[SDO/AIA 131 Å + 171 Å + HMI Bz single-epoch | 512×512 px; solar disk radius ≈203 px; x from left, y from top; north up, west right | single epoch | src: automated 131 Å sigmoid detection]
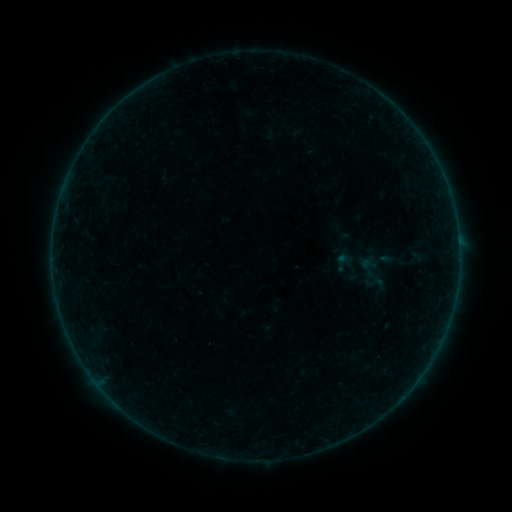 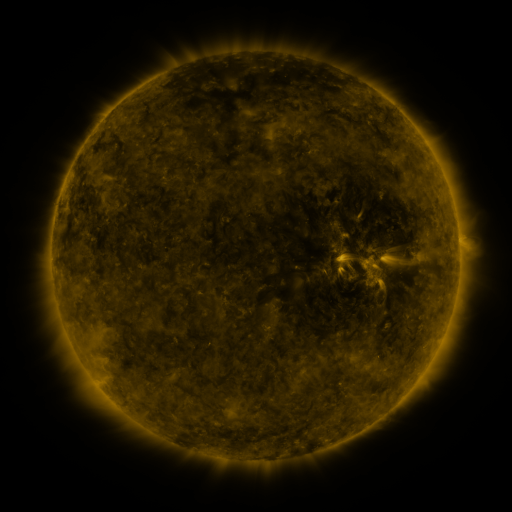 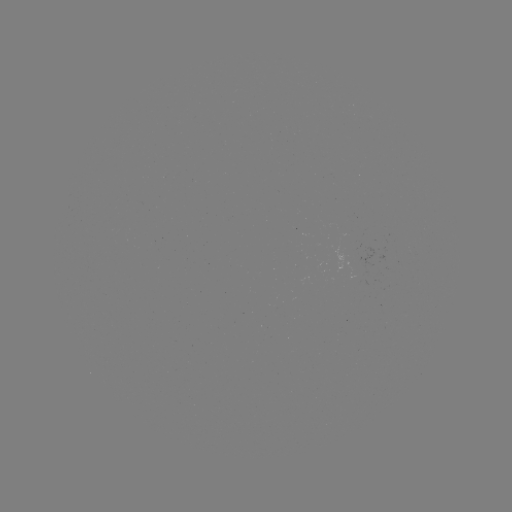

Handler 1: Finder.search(sigmoid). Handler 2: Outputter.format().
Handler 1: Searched sigmoid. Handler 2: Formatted (375, 283).